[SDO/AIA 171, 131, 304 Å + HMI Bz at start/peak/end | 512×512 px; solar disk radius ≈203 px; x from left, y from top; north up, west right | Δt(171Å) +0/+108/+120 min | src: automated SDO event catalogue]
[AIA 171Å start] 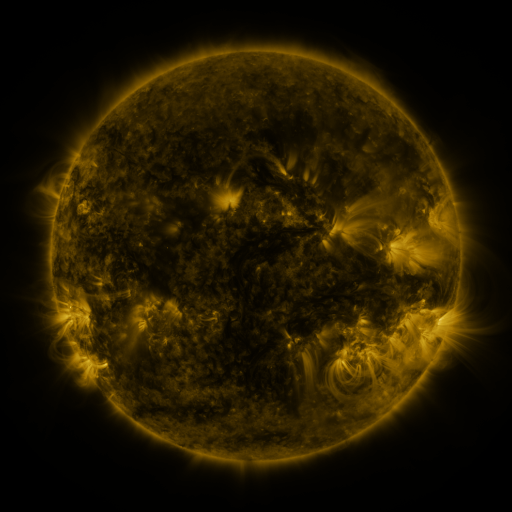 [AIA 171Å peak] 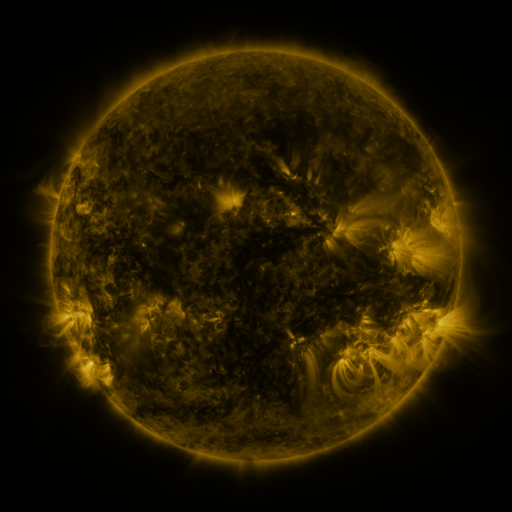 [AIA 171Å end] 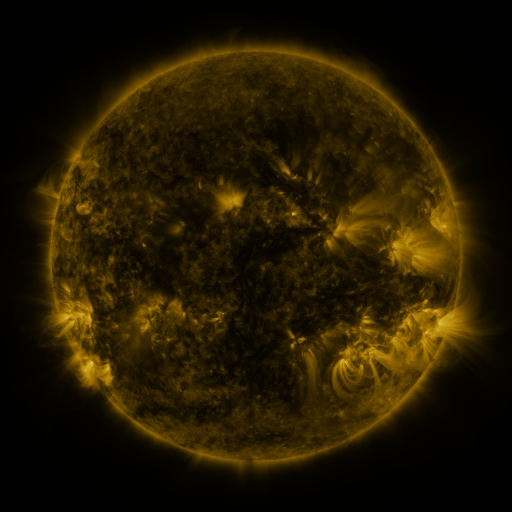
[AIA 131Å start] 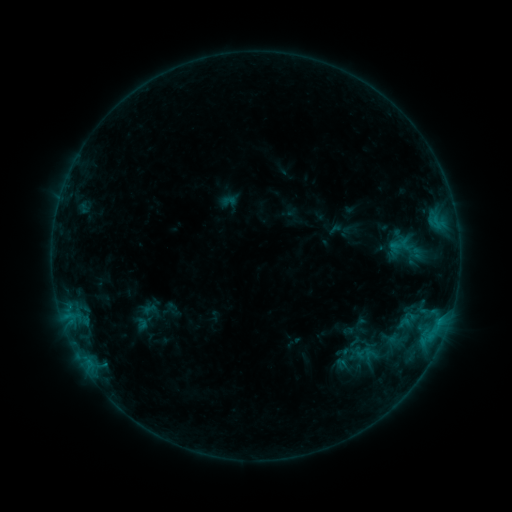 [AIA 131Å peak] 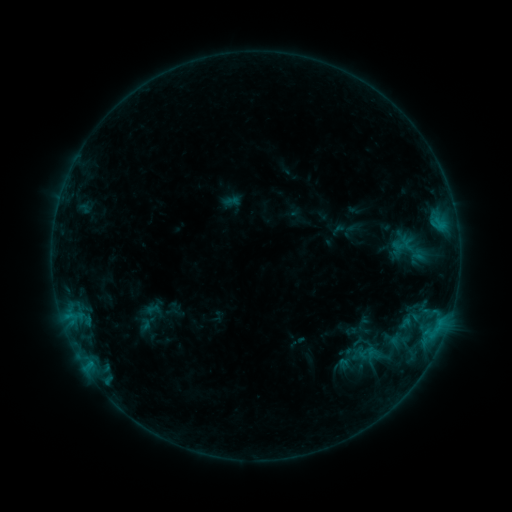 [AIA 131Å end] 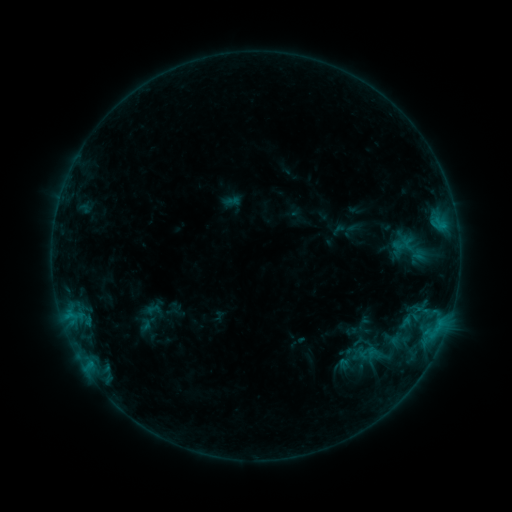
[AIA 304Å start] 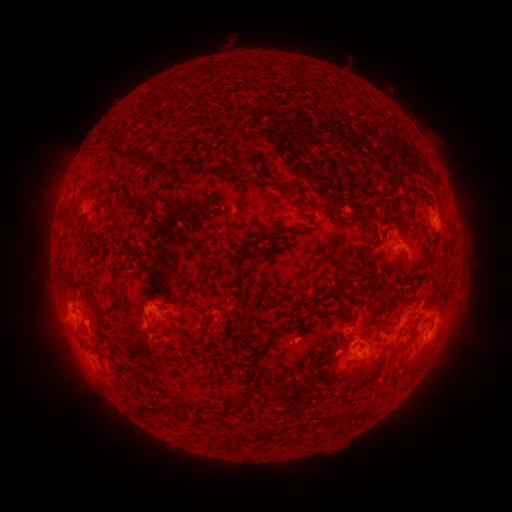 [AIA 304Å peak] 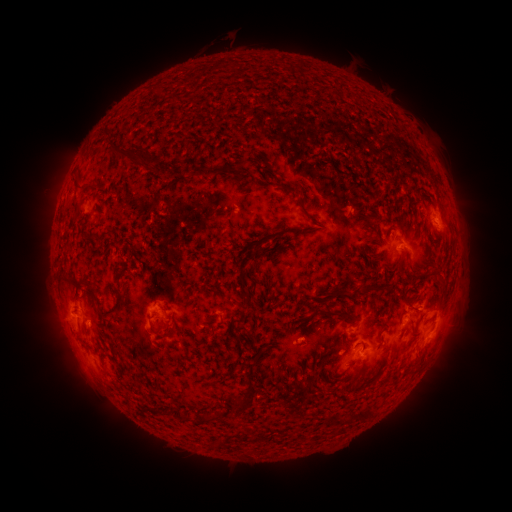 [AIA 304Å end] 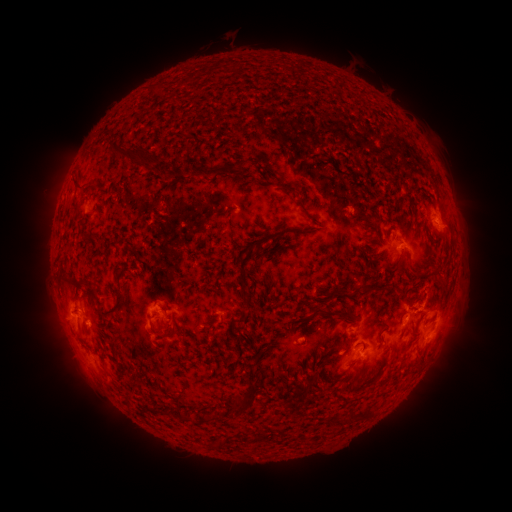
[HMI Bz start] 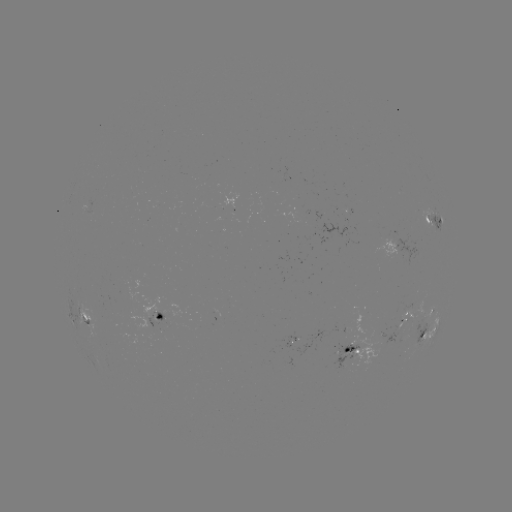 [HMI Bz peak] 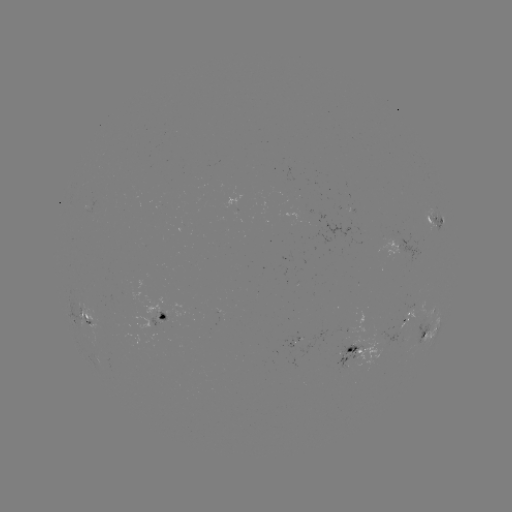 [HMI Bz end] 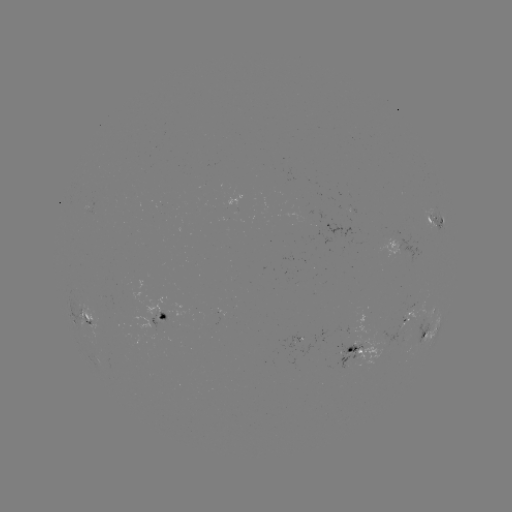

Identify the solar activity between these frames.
emerging-flux region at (349, 352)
